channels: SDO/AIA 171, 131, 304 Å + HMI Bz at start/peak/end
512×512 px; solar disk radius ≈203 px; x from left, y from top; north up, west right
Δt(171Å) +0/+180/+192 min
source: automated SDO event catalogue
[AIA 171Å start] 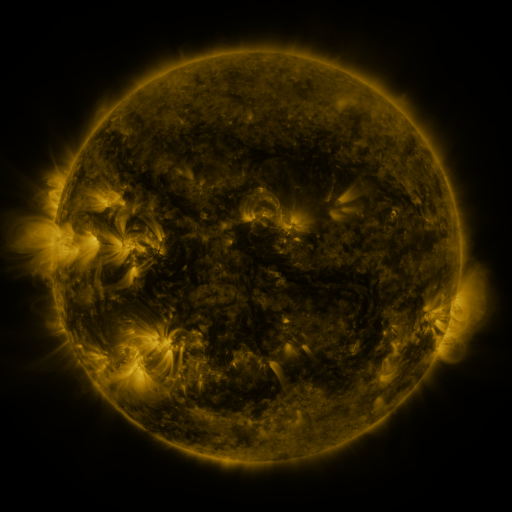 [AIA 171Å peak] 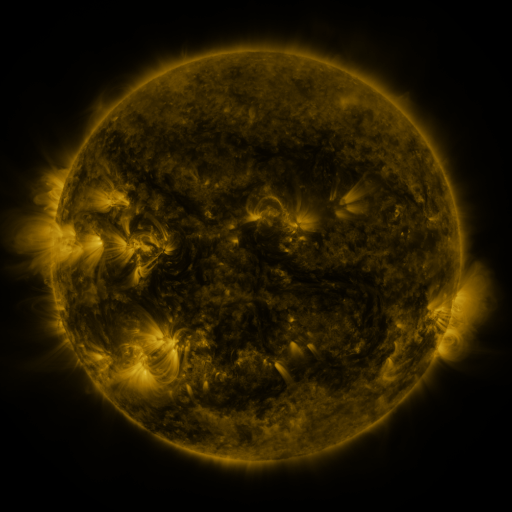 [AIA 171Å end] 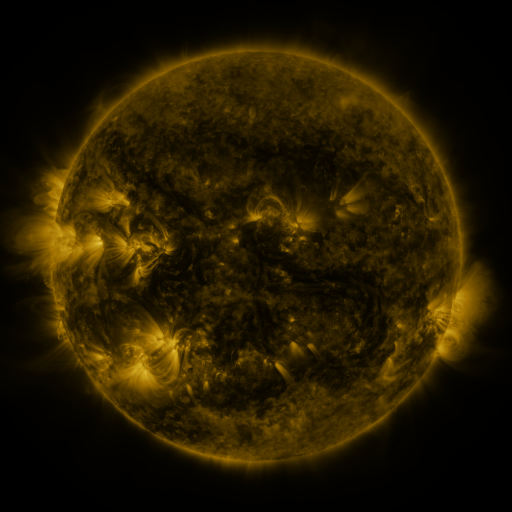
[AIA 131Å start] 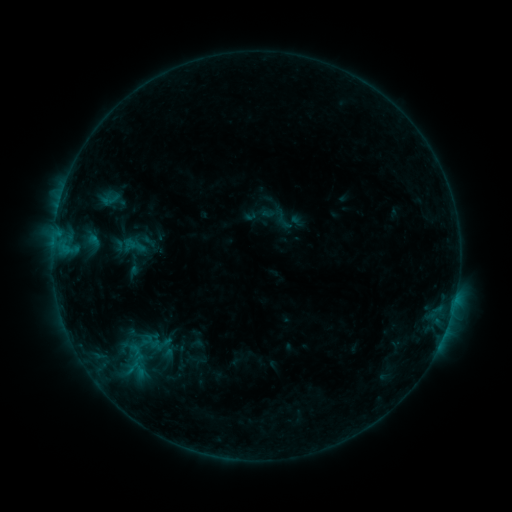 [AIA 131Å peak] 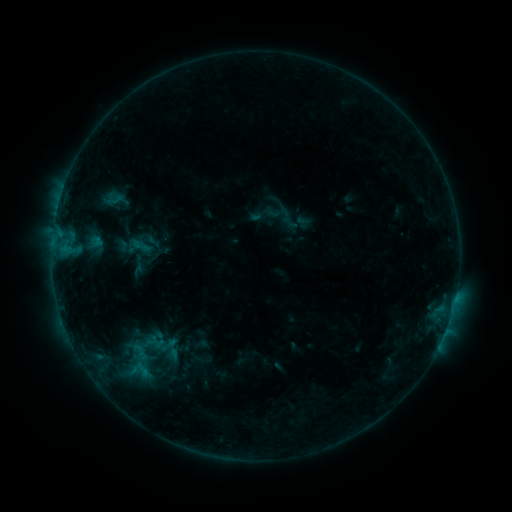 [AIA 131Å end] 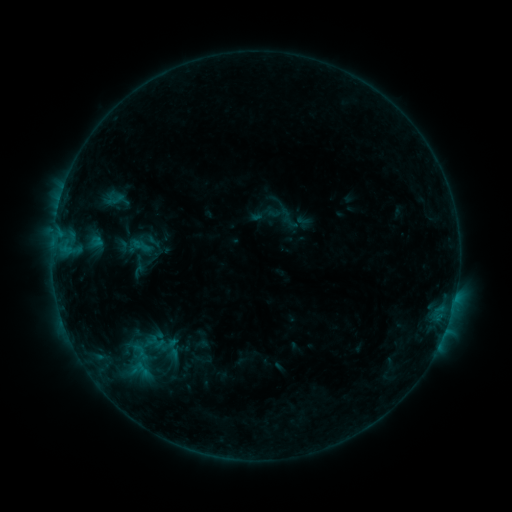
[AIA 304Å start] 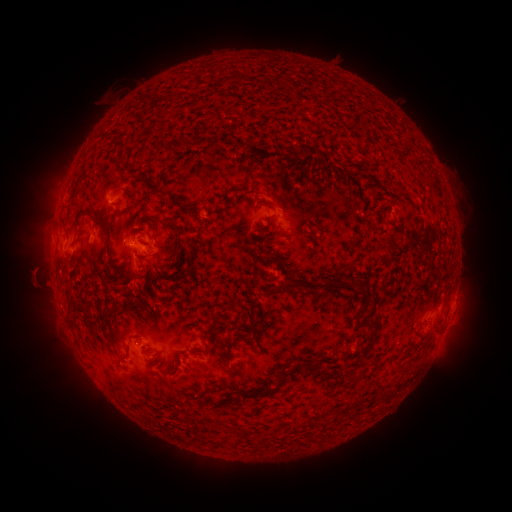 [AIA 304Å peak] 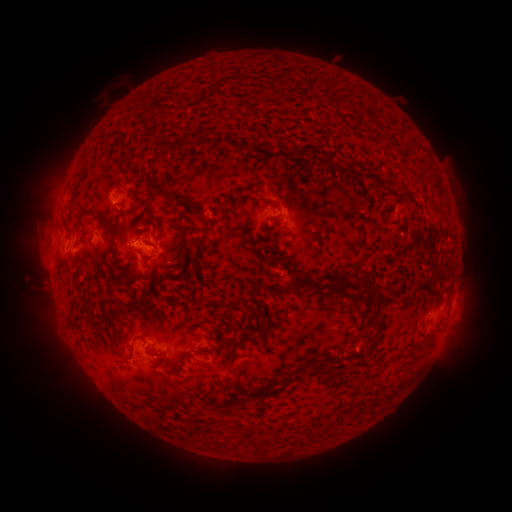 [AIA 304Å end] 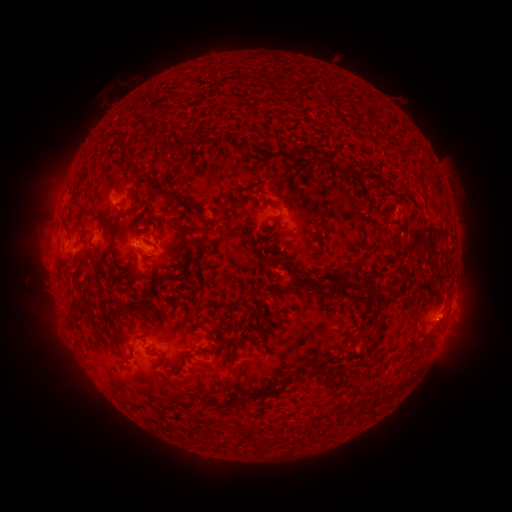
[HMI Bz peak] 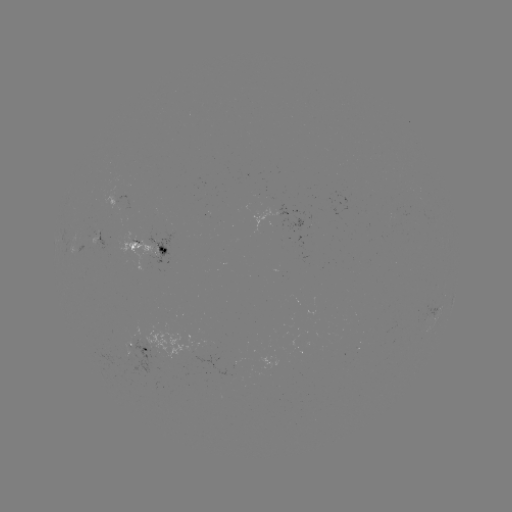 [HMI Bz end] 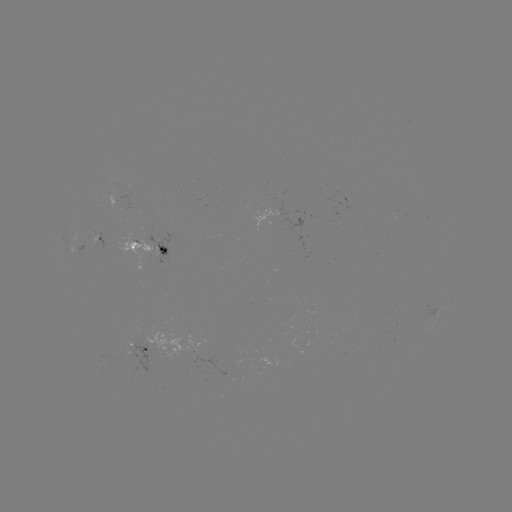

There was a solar emerging-flux region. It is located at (96, 241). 